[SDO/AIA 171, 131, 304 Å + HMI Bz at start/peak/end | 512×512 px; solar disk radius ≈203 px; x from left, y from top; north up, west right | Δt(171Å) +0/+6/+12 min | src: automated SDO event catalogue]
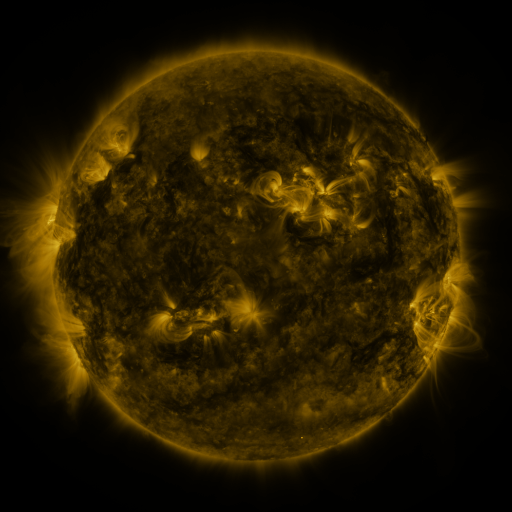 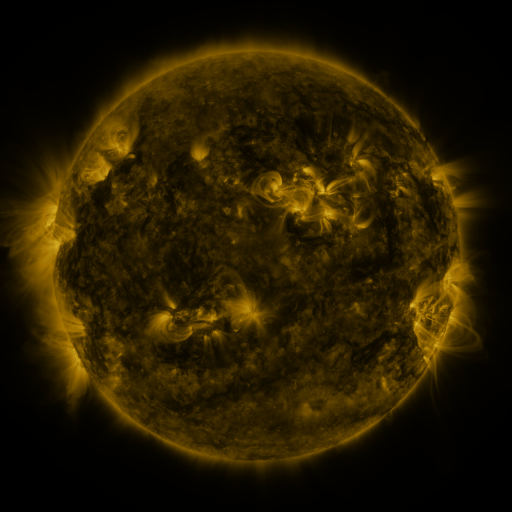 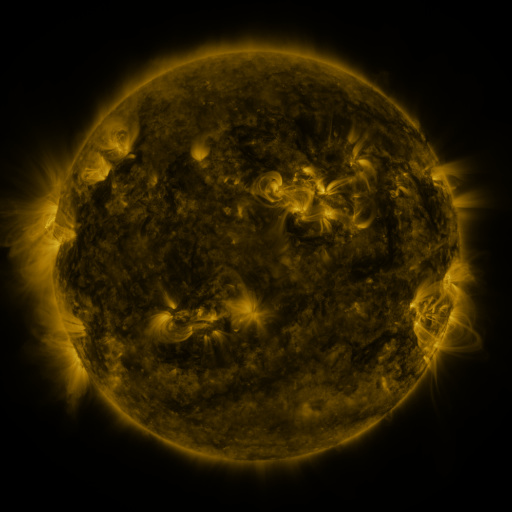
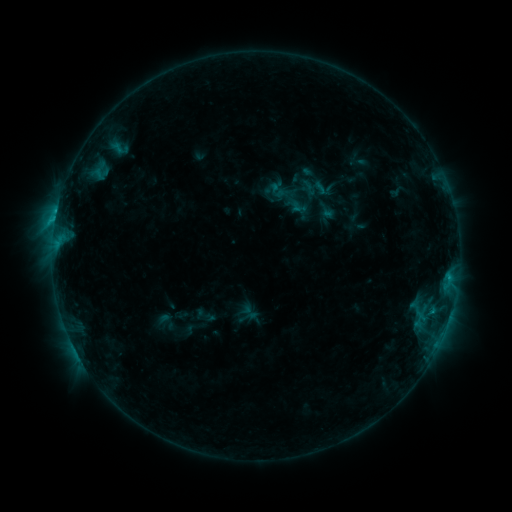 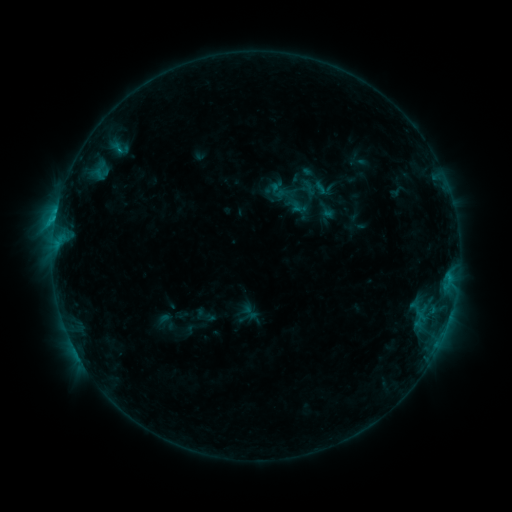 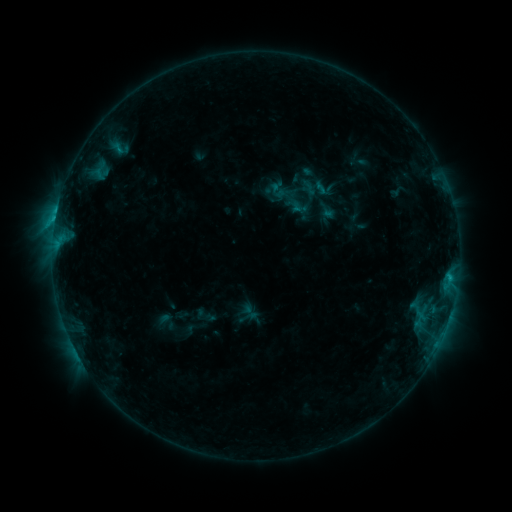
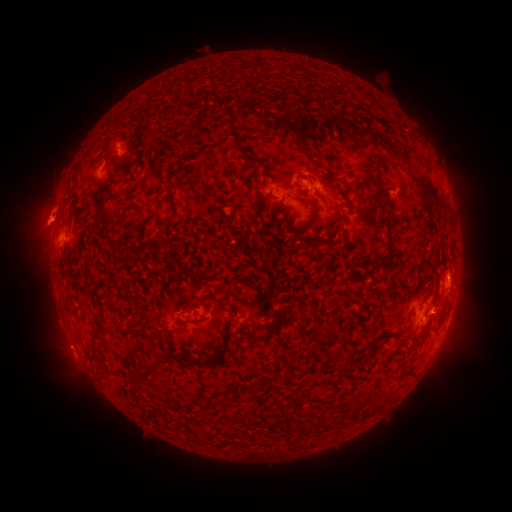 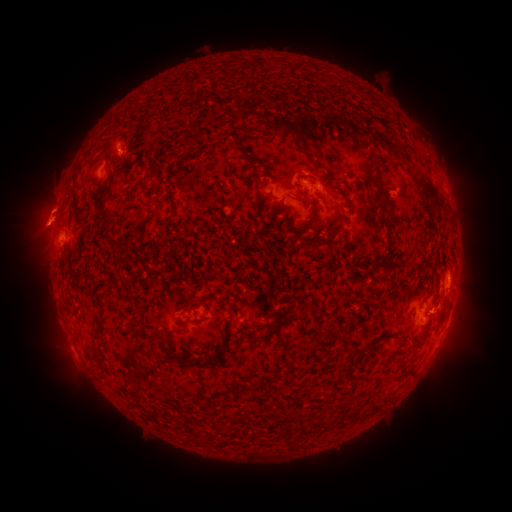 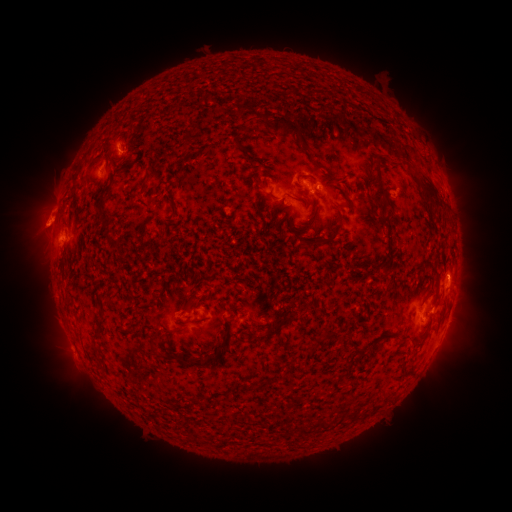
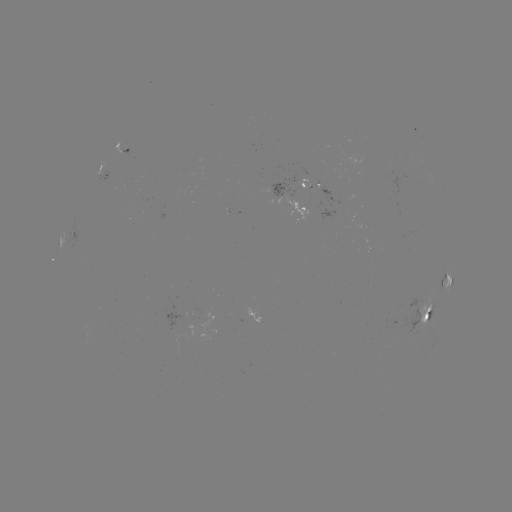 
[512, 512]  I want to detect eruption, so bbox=[18, 194, 64, 248].